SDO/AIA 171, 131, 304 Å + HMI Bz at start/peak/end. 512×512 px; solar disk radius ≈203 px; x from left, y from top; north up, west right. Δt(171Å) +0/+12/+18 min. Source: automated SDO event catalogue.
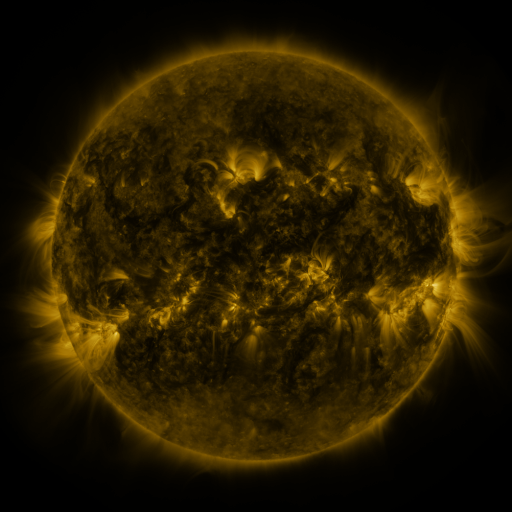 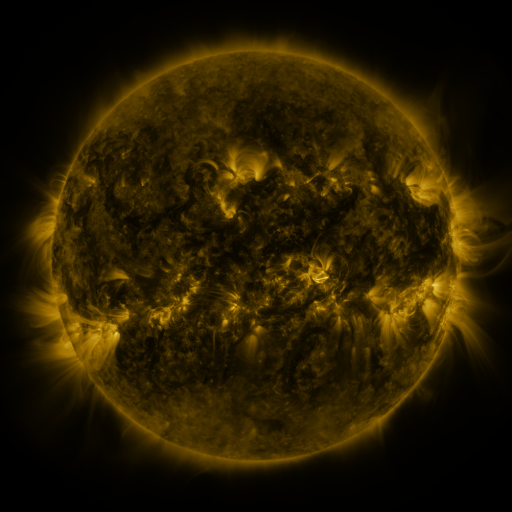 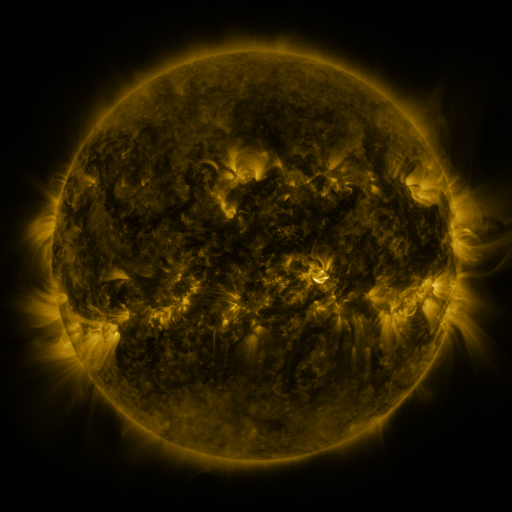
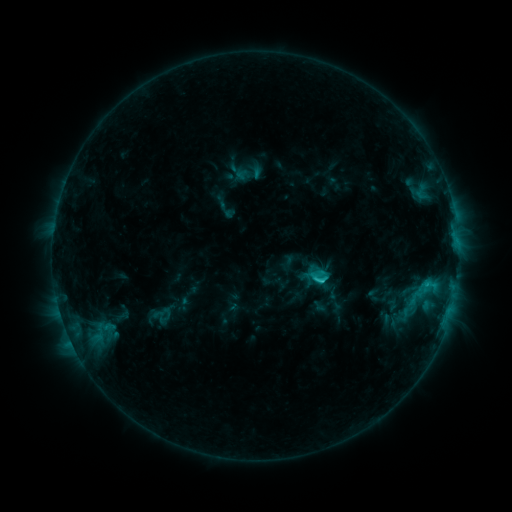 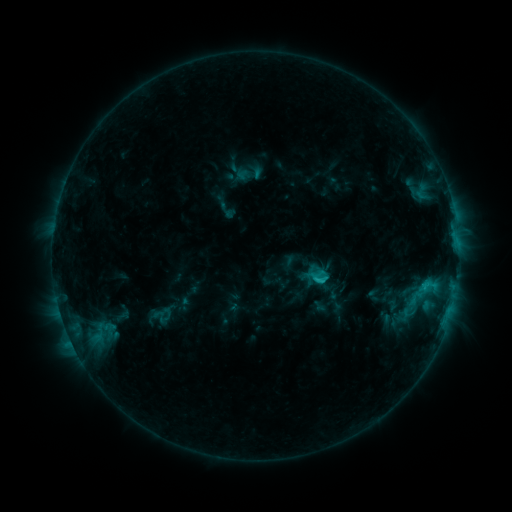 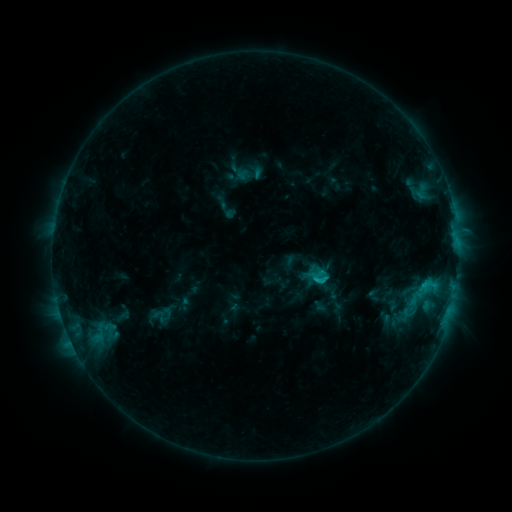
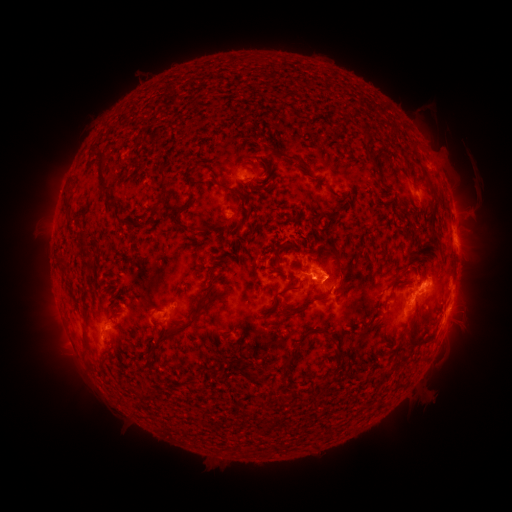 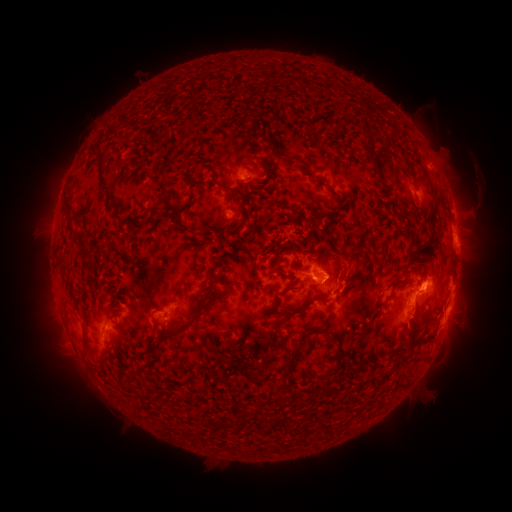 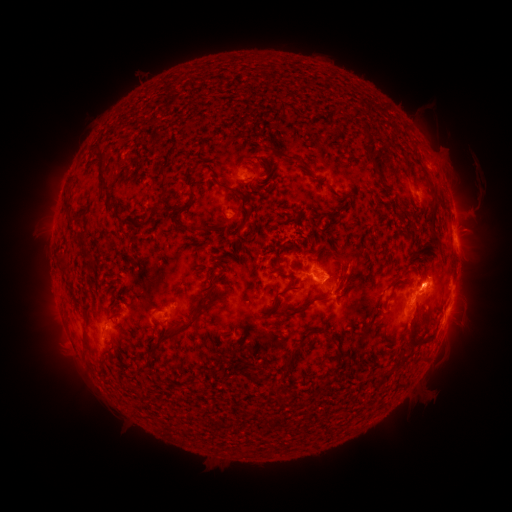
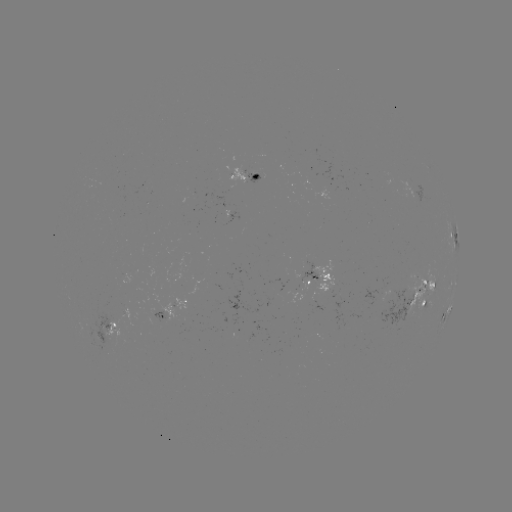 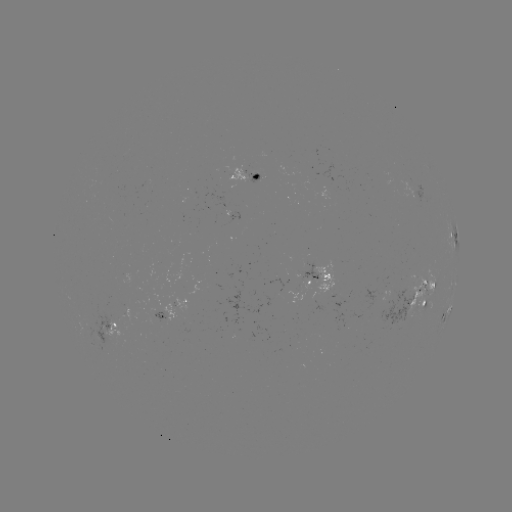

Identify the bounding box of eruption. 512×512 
[322, 238, 379, 319].